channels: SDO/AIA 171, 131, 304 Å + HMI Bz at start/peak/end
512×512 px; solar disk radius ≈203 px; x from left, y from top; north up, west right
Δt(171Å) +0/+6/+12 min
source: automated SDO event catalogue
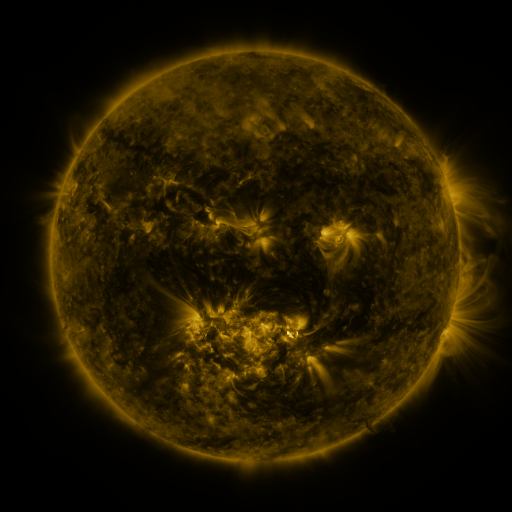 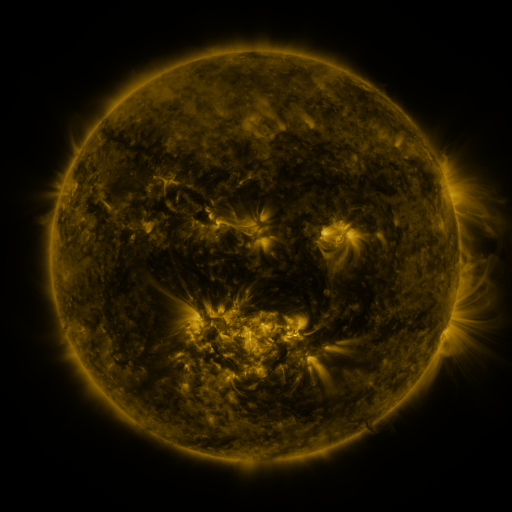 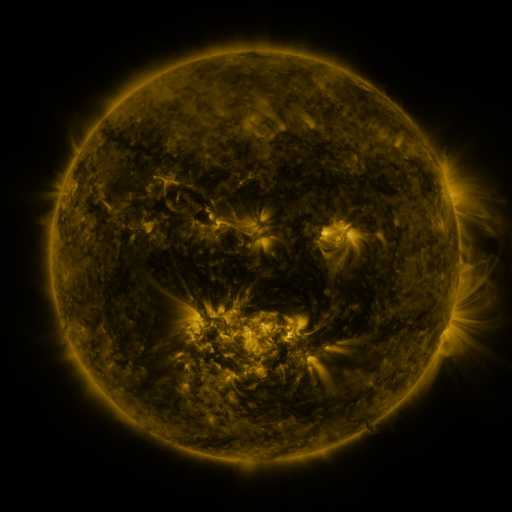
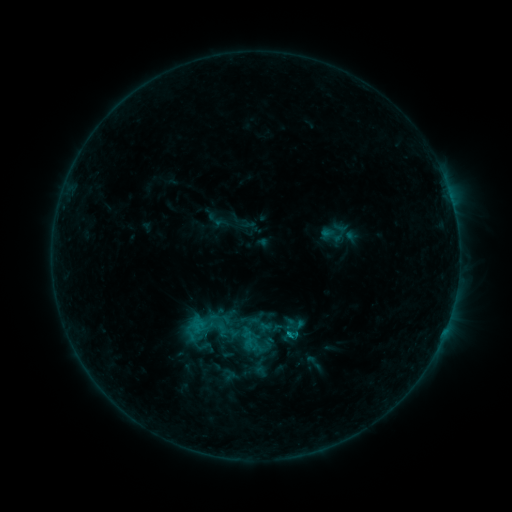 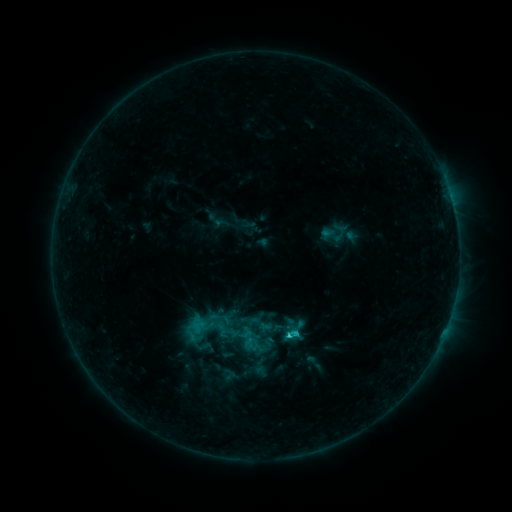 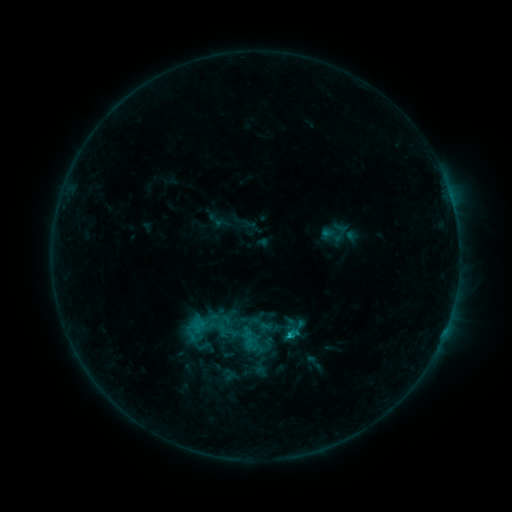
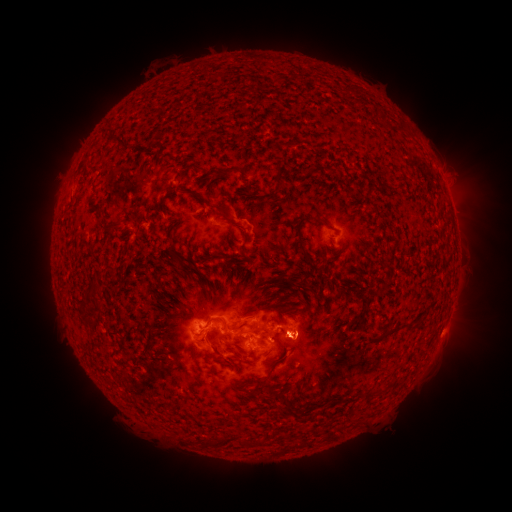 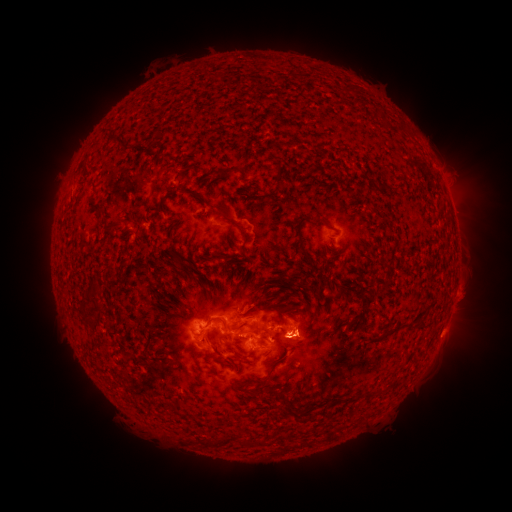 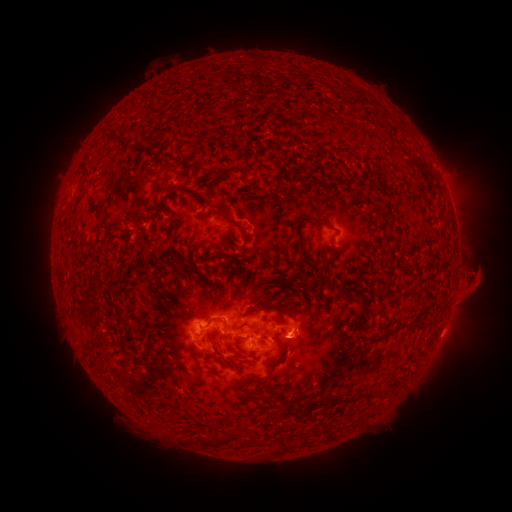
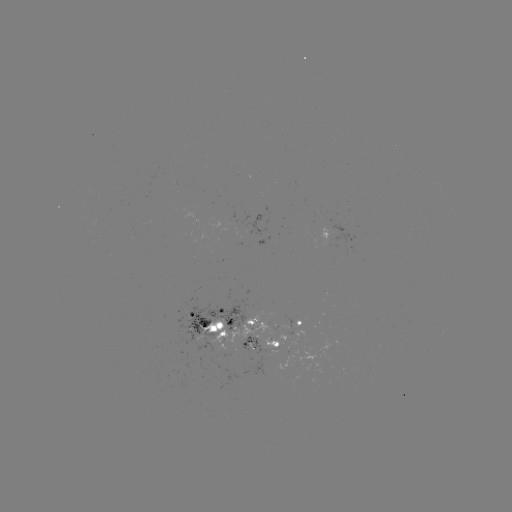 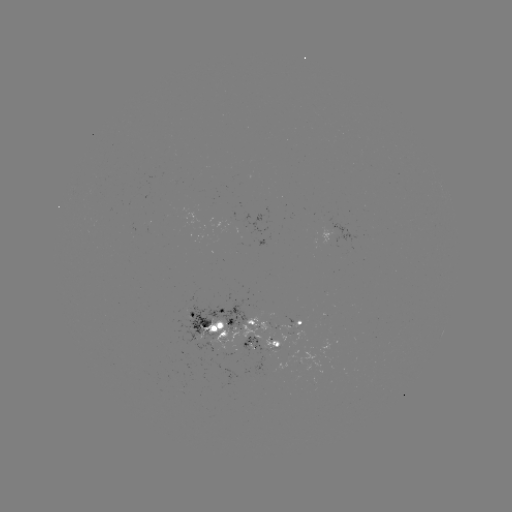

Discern C1.7 flare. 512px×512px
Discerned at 286,332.